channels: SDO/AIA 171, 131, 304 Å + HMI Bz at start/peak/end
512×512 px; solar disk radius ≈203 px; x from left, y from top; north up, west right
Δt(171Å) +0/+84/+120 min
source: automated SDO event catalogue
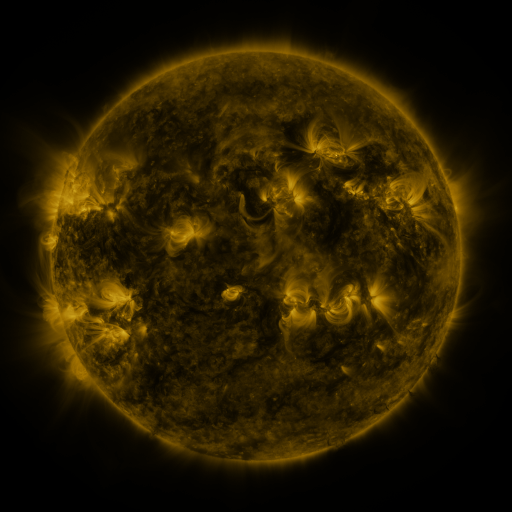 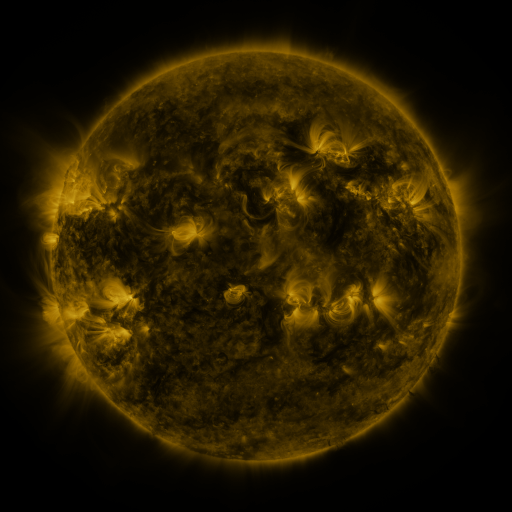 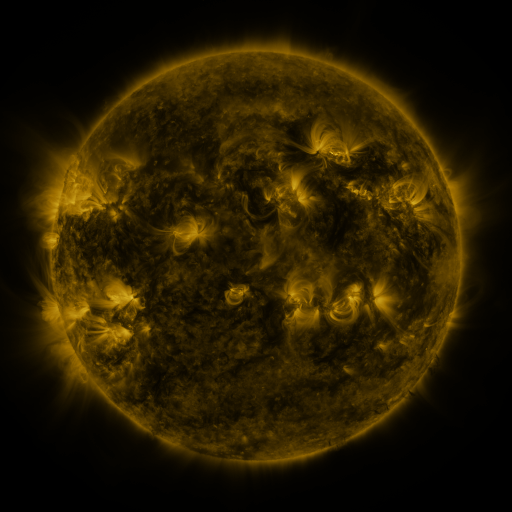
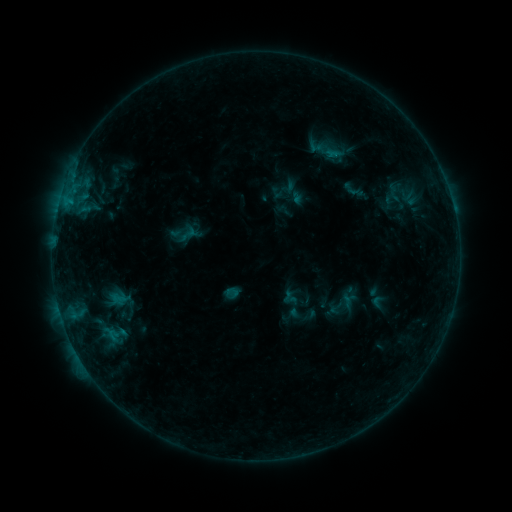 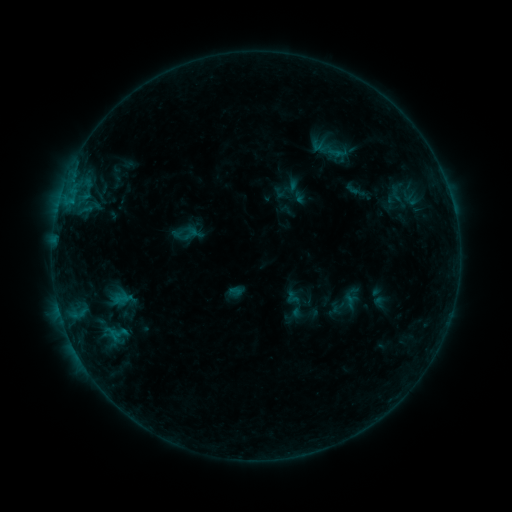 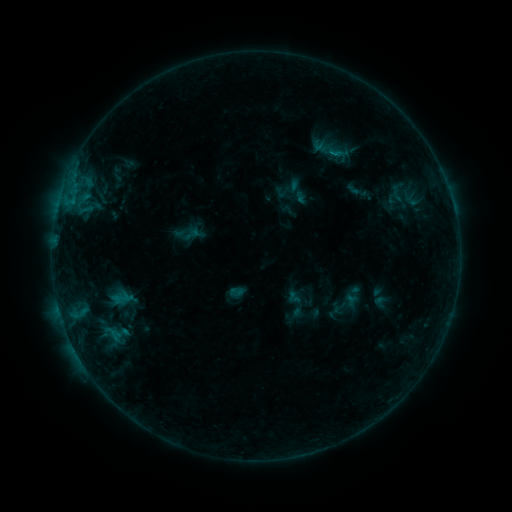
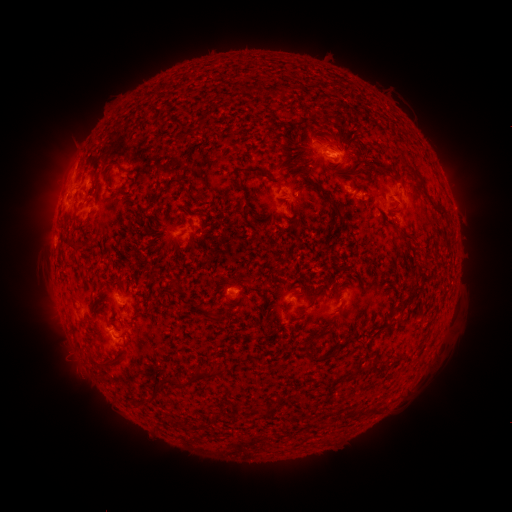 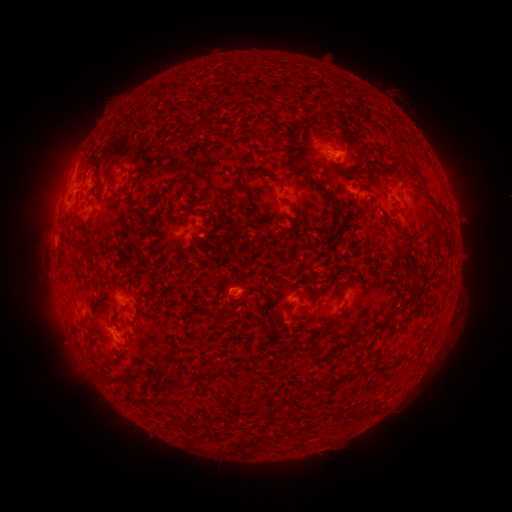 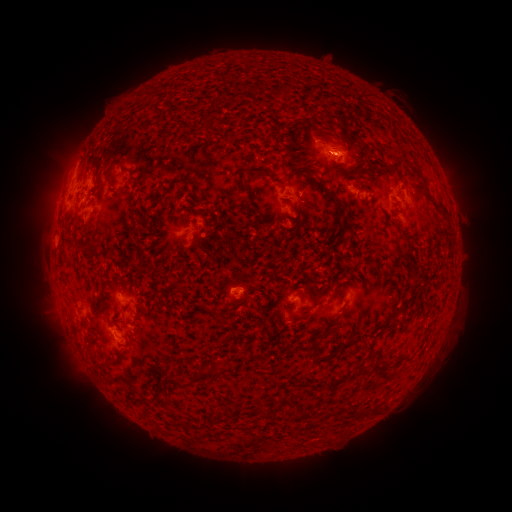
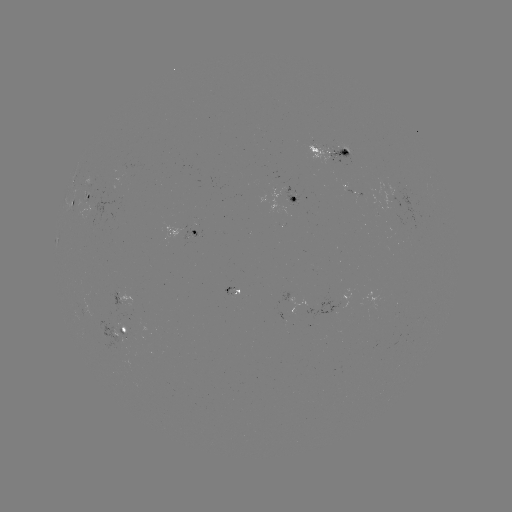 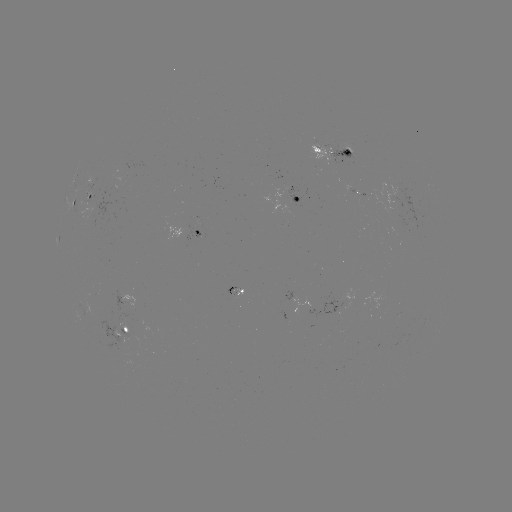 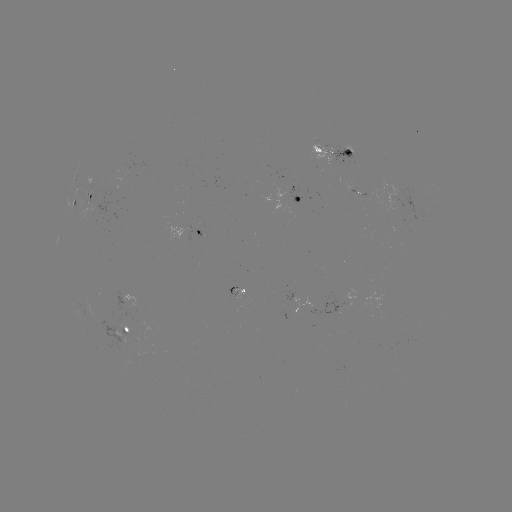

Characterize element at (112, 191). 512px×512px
emerging-flux region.